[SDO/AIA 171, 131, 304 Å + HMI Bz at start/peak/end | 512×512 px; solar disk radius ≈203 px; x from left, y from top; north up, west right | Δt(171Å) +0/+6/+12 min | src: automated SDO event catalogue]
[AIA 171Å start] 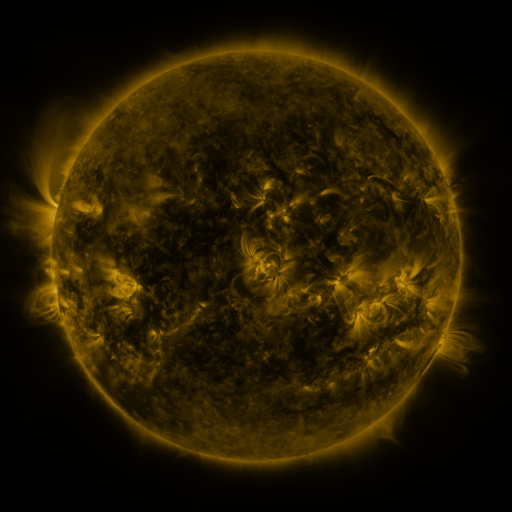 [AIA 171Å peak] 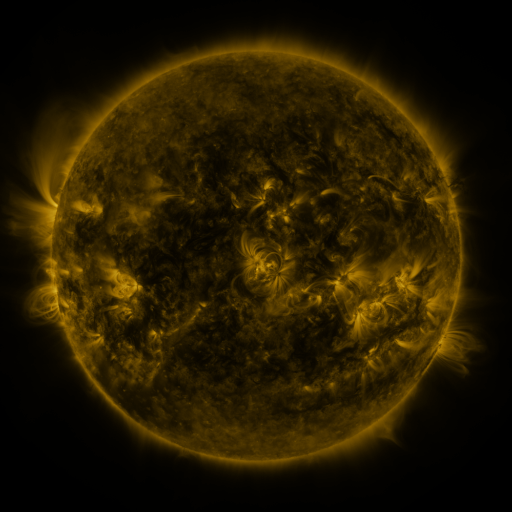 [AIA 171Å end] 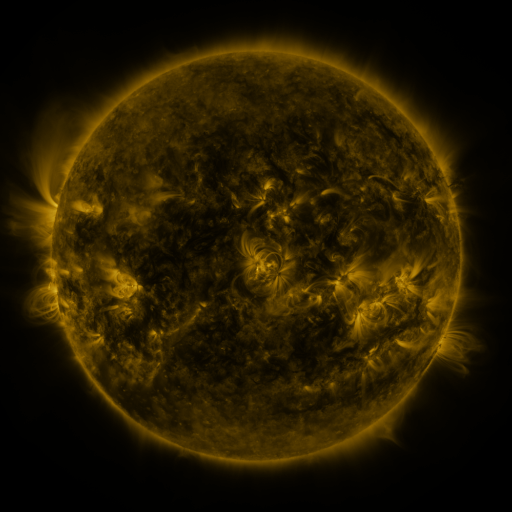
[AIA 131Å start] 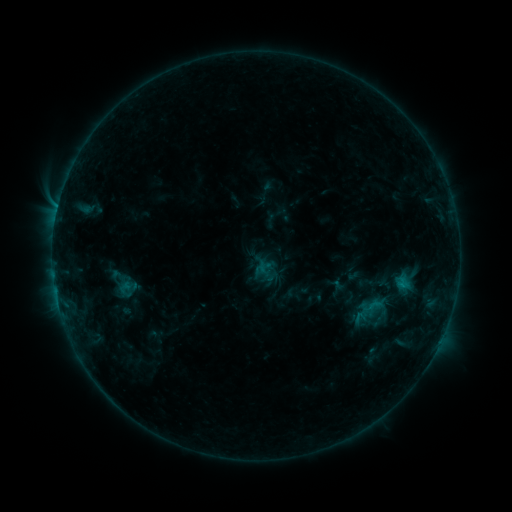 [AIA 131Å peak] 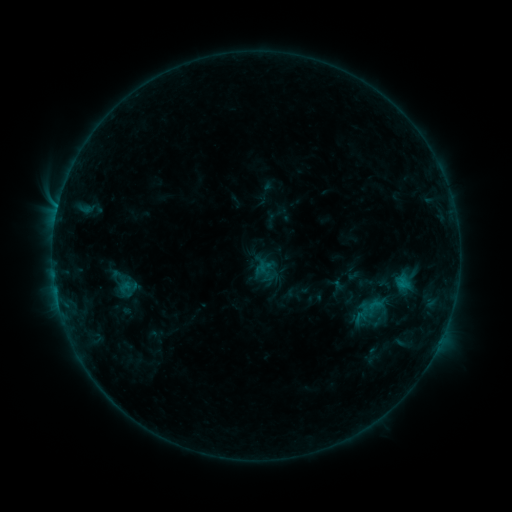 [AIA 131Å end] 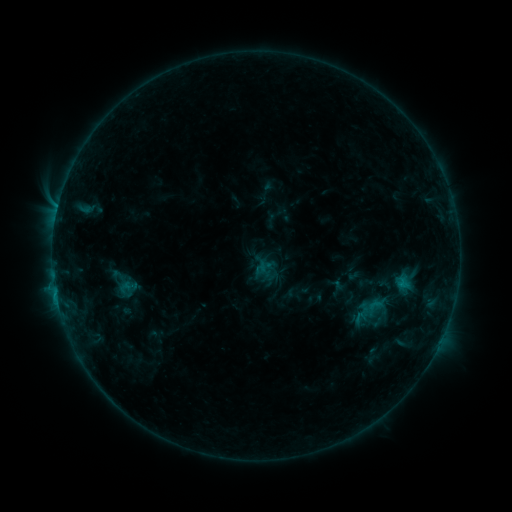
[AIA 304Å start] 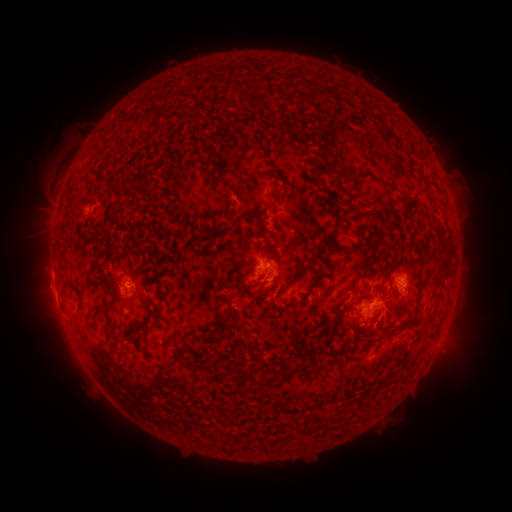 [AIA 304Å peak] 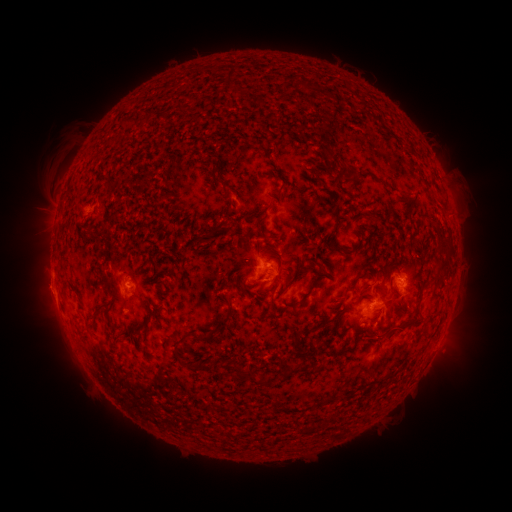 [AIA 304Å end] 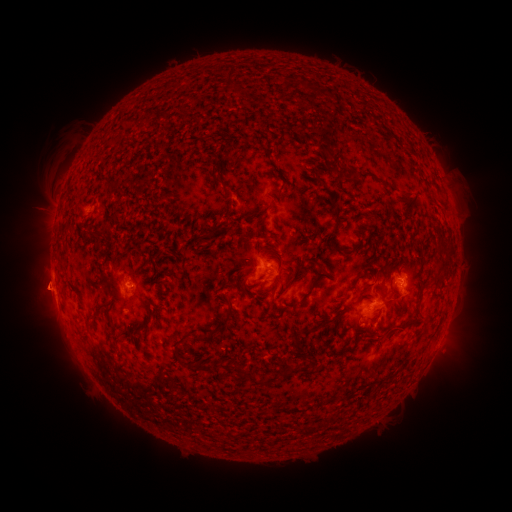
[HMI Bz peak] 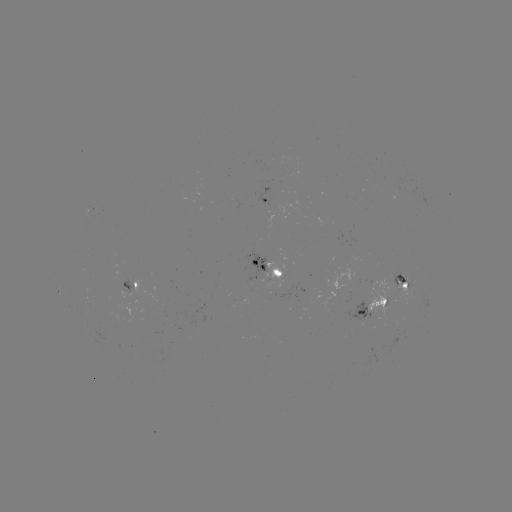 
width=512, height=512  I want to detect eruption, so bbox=[14, 259, 71, 313].